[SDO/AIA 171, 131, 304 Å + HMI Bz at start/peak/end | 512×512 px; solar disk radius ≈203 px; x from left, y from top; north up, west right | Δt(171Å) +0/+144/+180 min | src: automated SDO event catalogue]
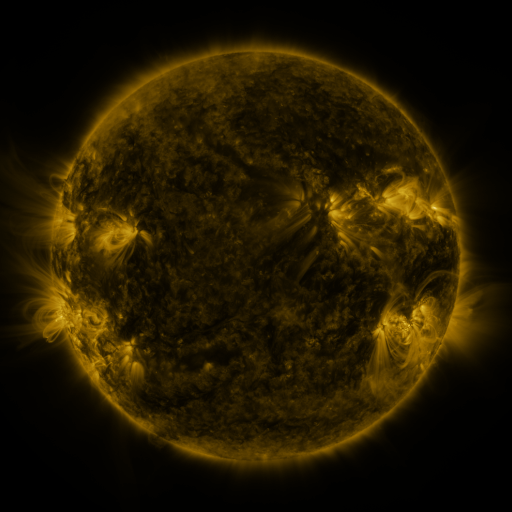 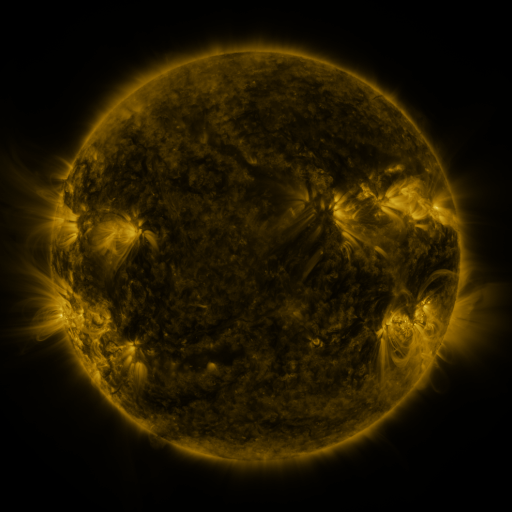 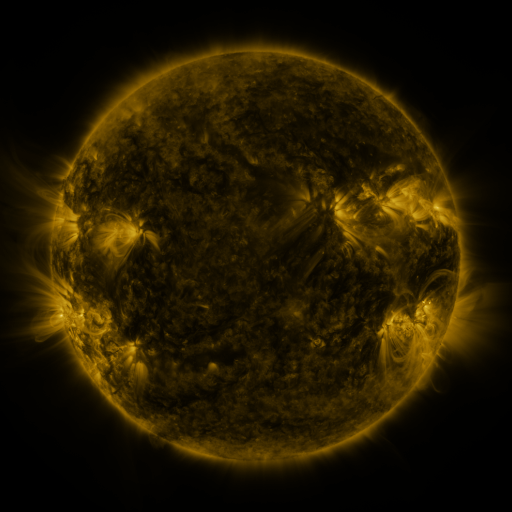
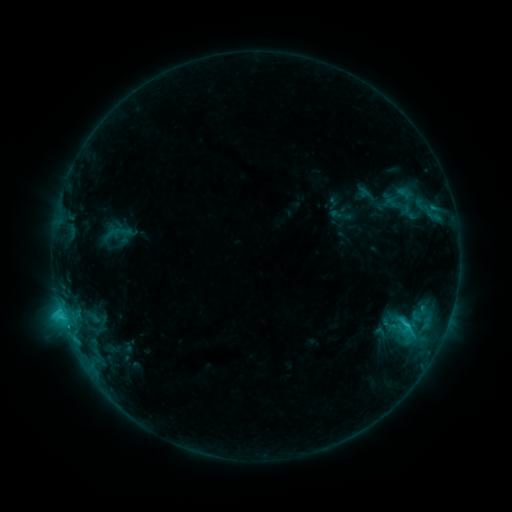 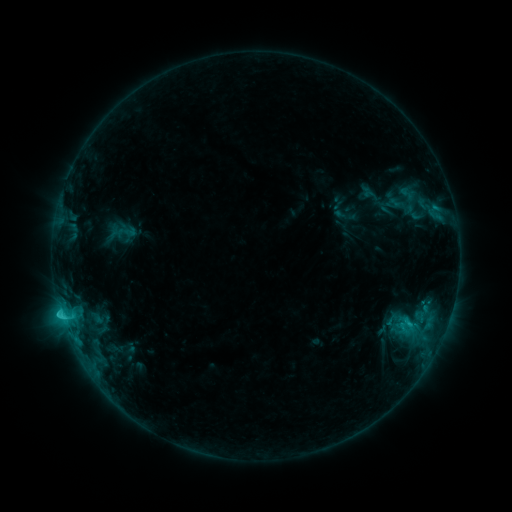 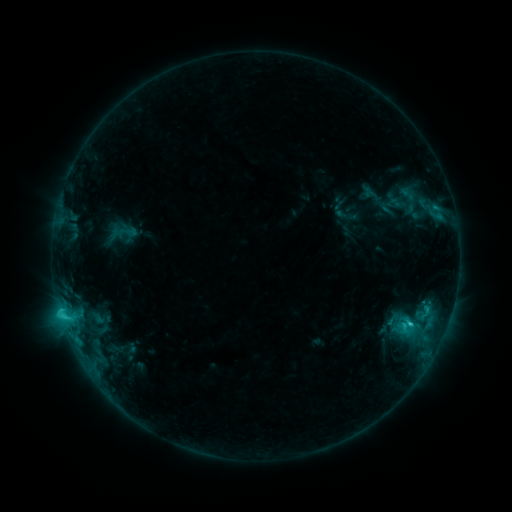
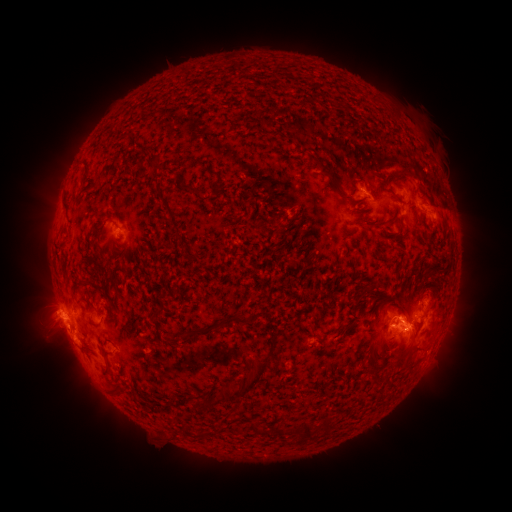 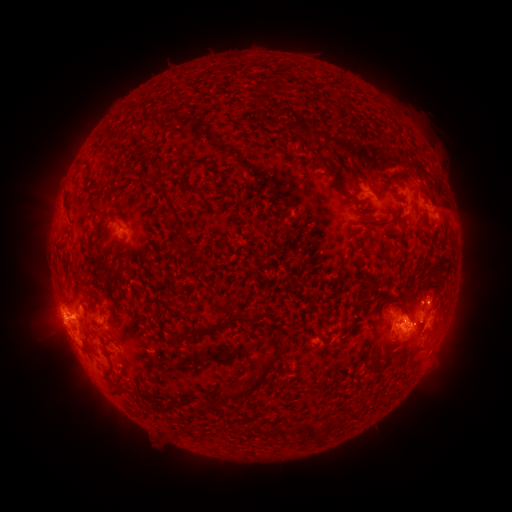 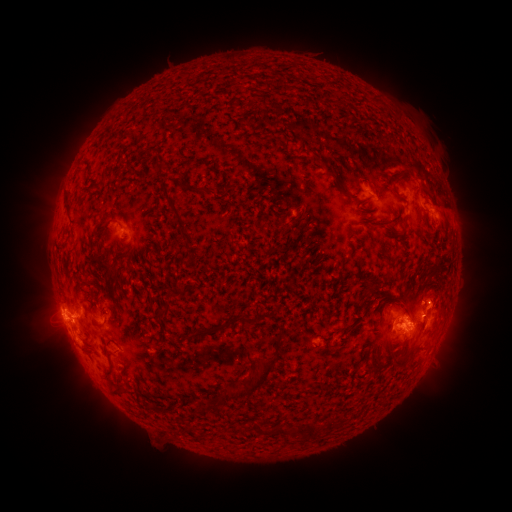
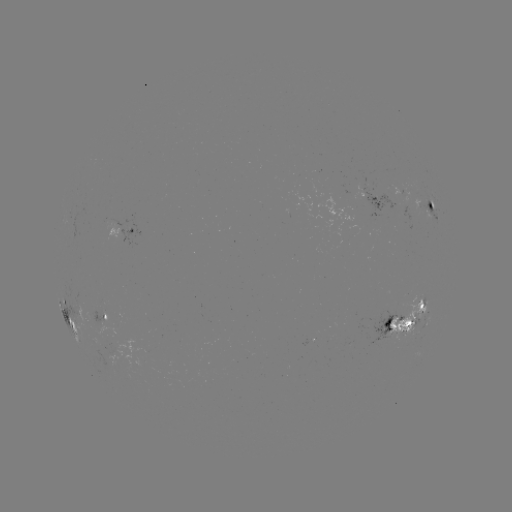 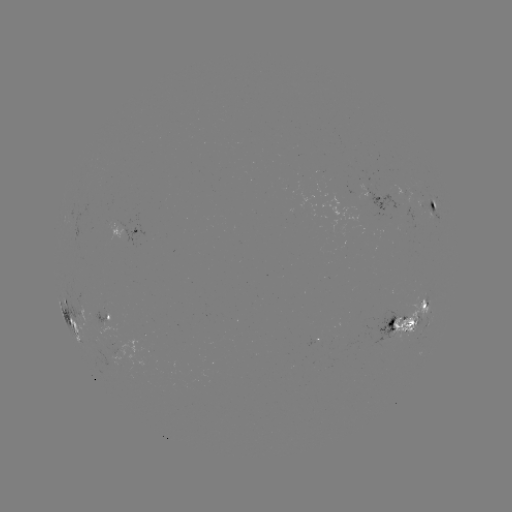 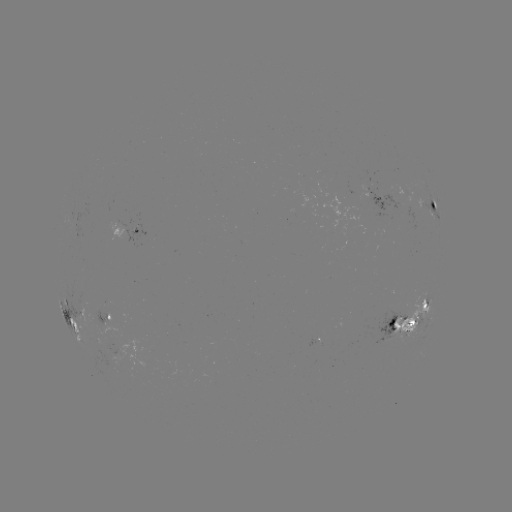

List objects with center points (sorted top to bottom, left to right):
emerging-flux region: (314, 339)
